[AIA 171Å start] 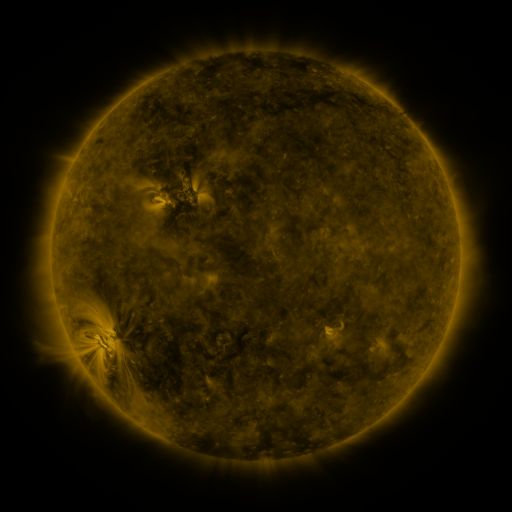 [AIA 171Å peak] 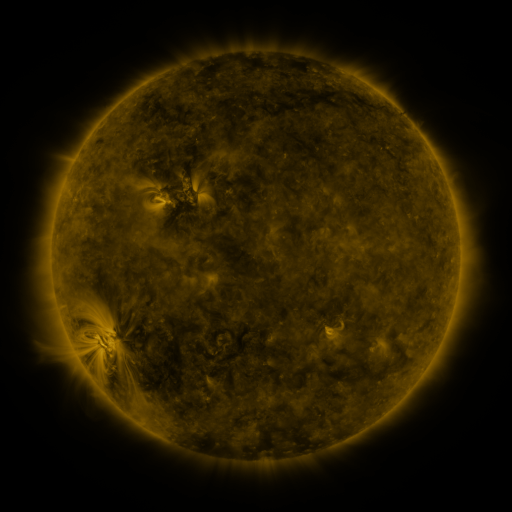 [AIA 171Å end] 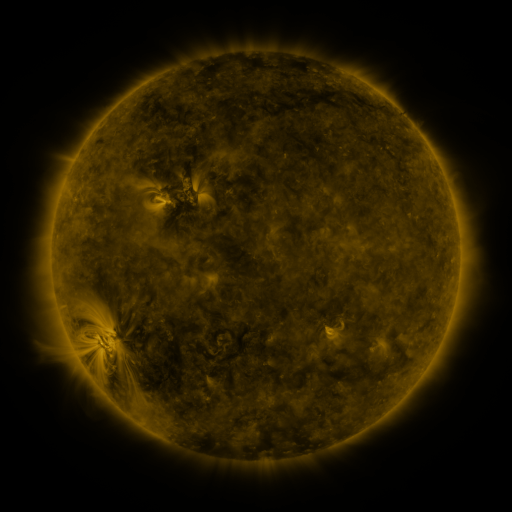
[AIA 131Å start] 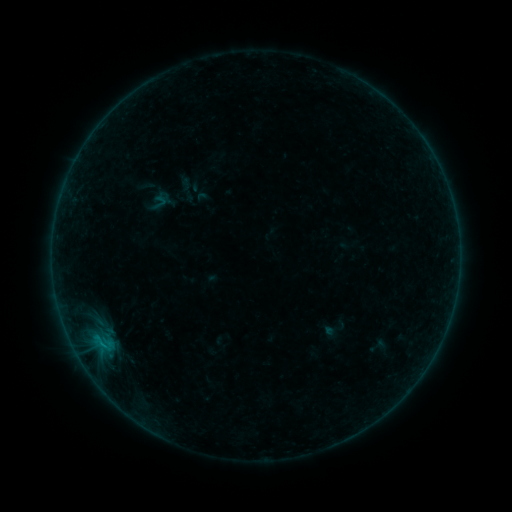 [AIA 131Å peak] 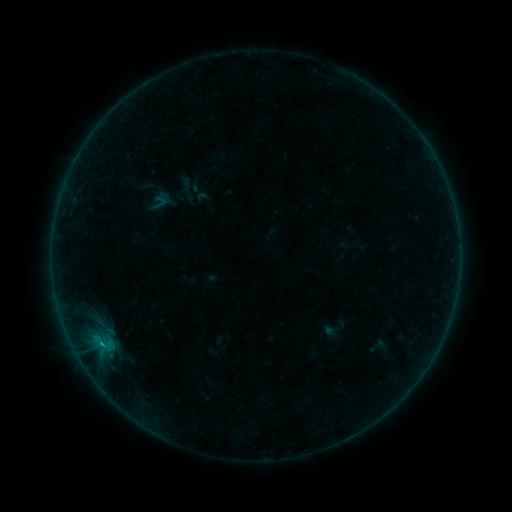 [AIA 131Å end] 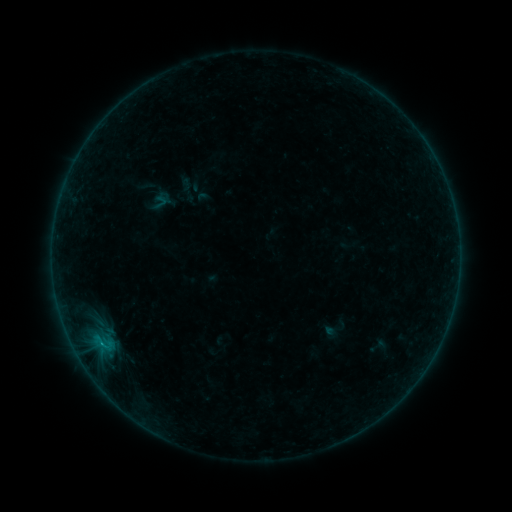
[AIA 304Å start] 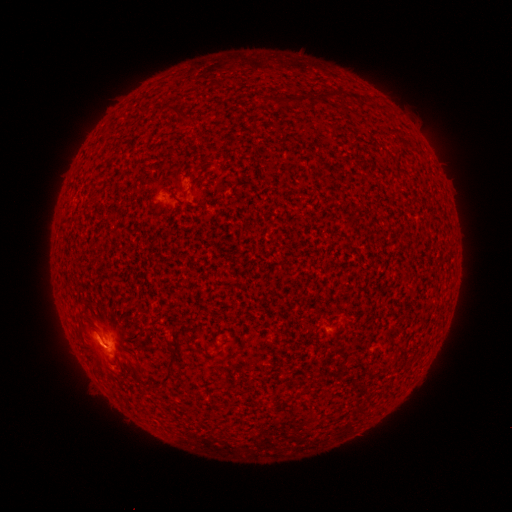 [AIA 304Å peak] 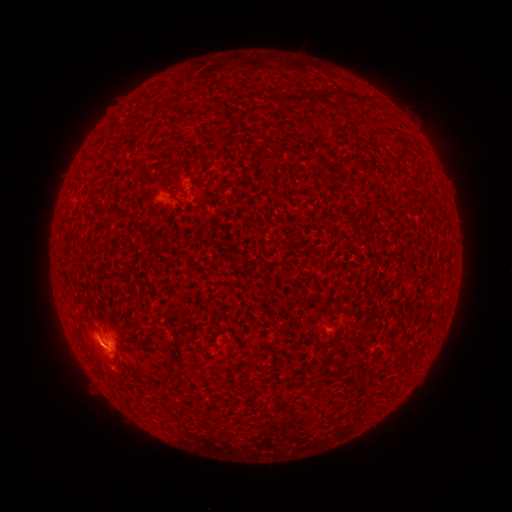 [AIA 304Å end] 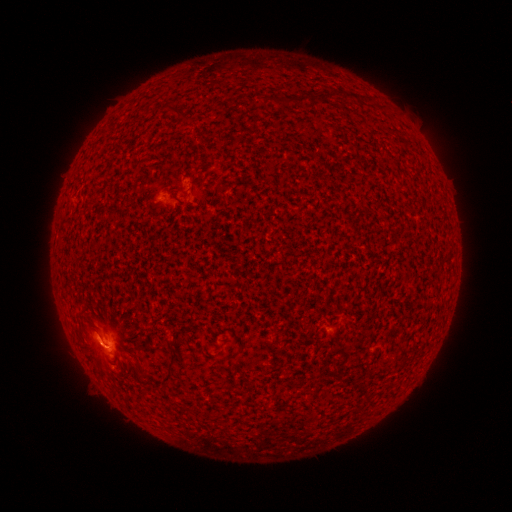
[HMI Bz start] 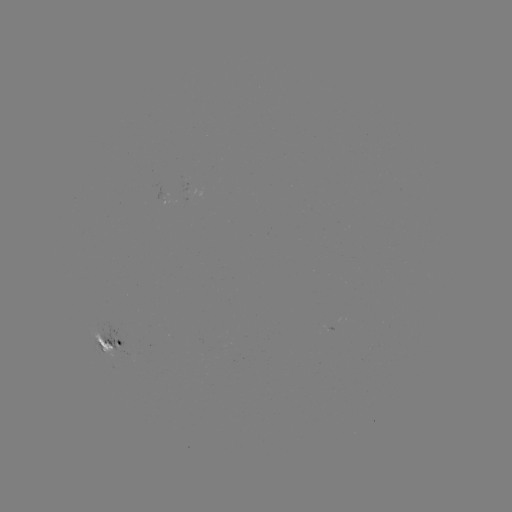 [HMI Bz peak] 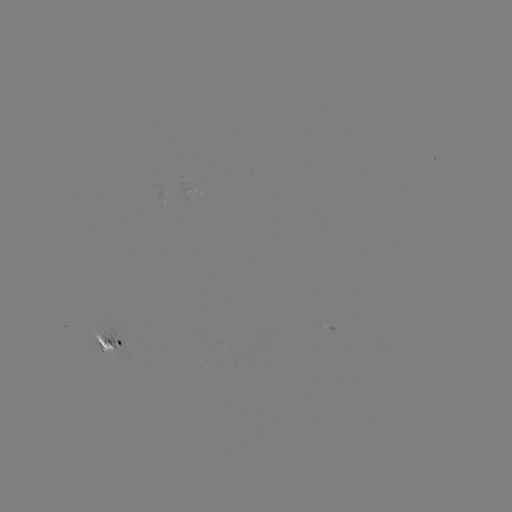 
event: flare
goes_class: B5.7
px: (102, 342)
